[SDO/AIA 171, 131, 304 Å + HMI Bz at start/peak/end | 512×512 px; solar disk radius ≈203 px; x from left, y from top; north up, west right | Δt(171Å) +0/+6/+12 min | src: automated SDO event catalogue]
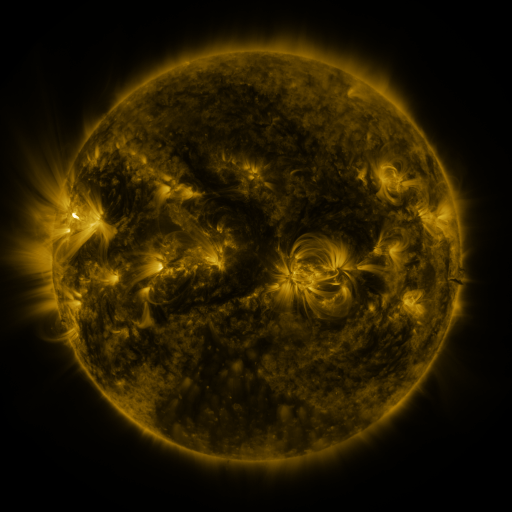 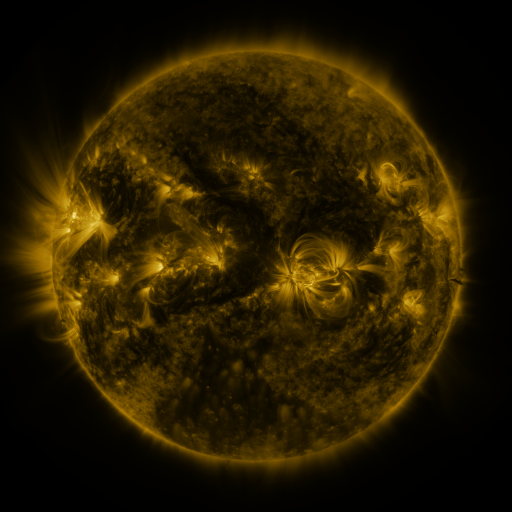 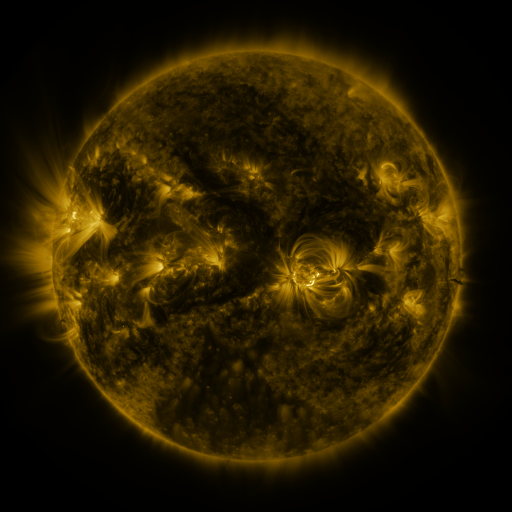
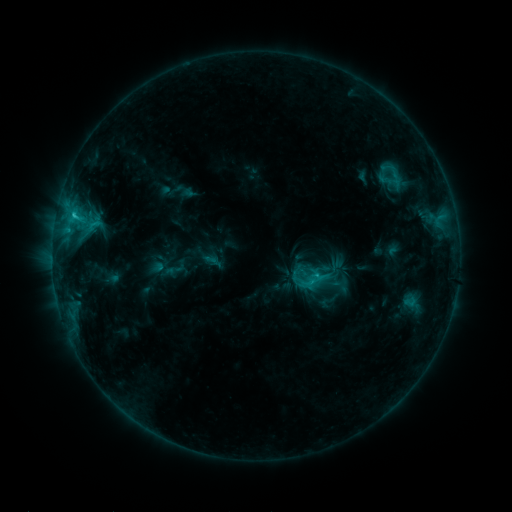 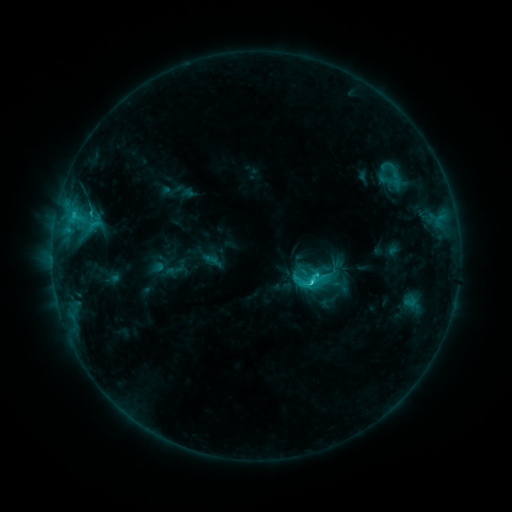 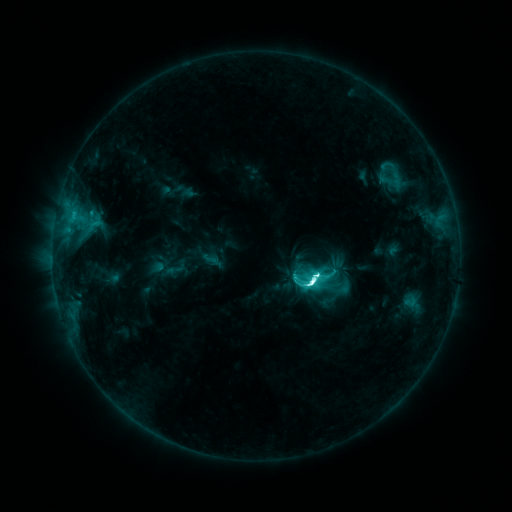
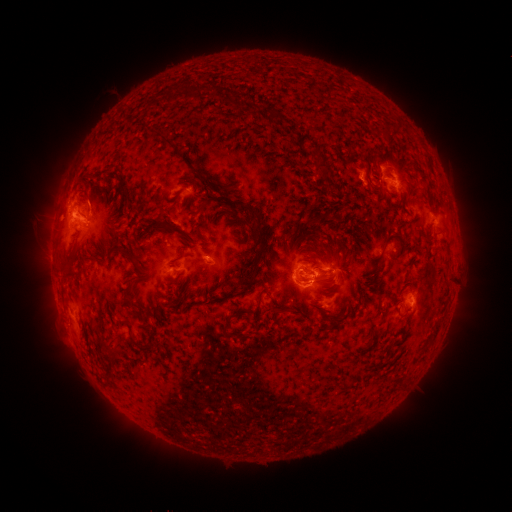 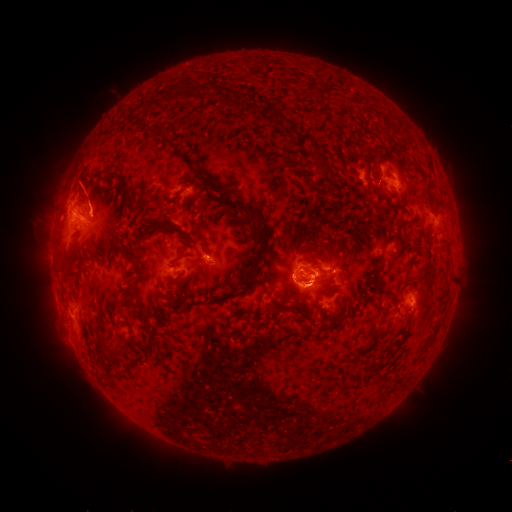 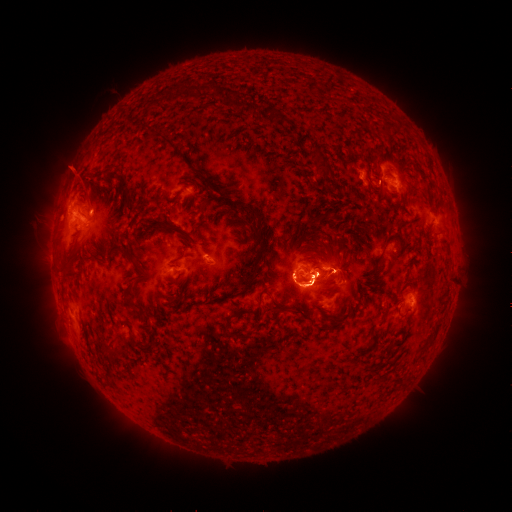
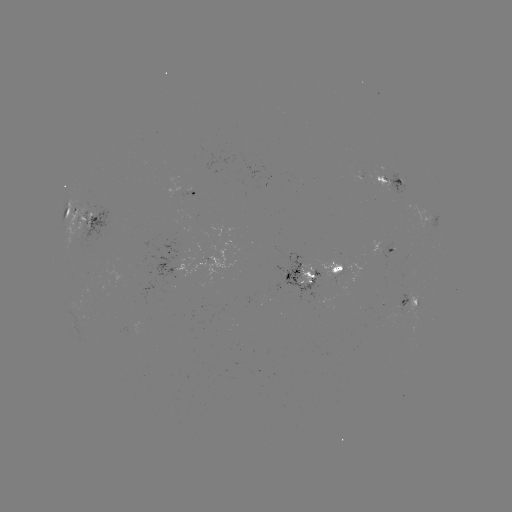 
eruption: <bbox>62, 165, 114, 219</bbox>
